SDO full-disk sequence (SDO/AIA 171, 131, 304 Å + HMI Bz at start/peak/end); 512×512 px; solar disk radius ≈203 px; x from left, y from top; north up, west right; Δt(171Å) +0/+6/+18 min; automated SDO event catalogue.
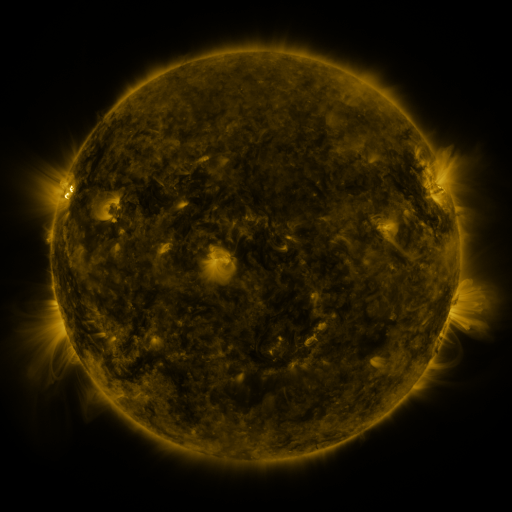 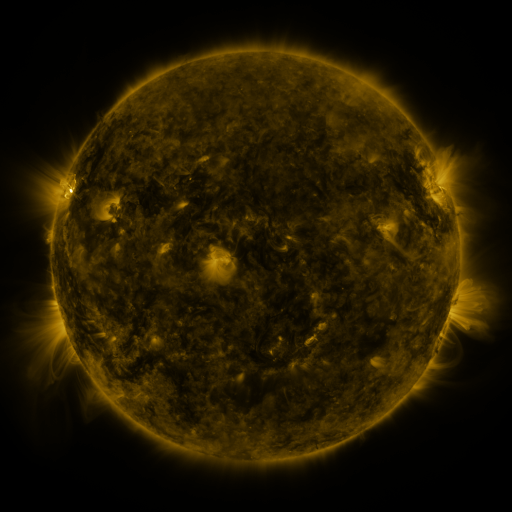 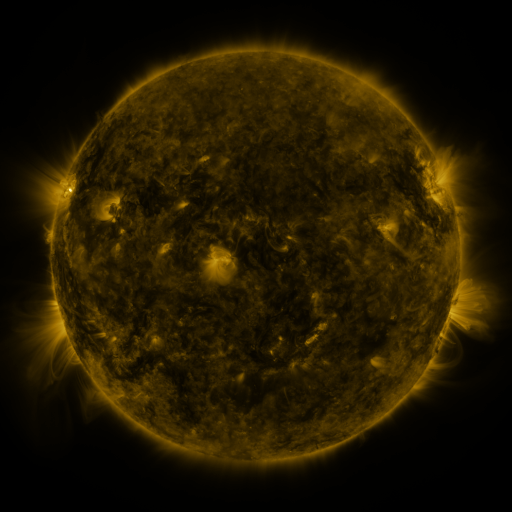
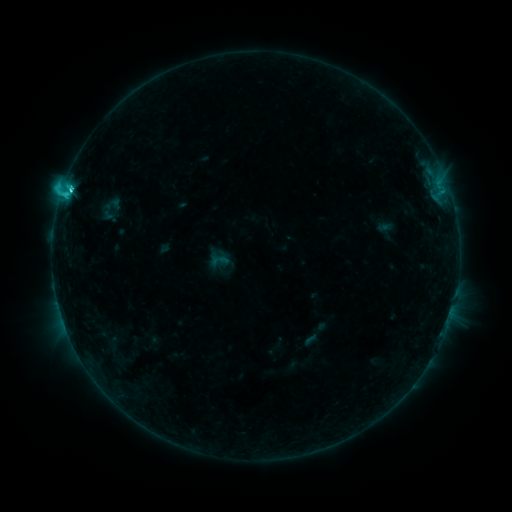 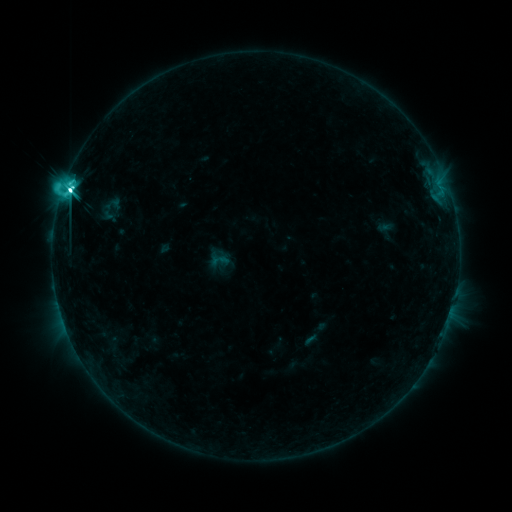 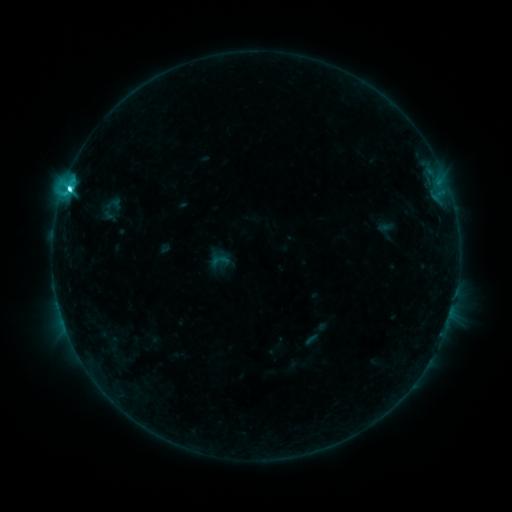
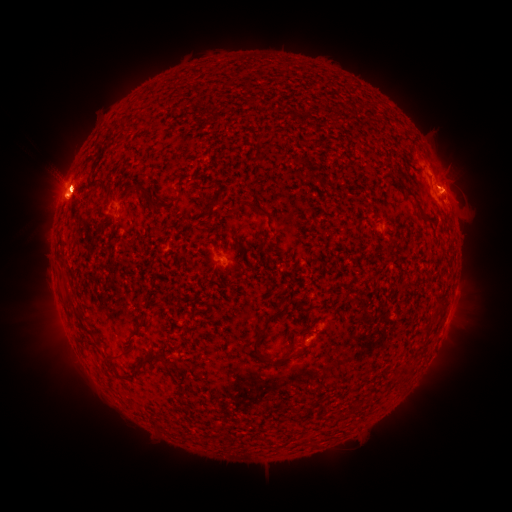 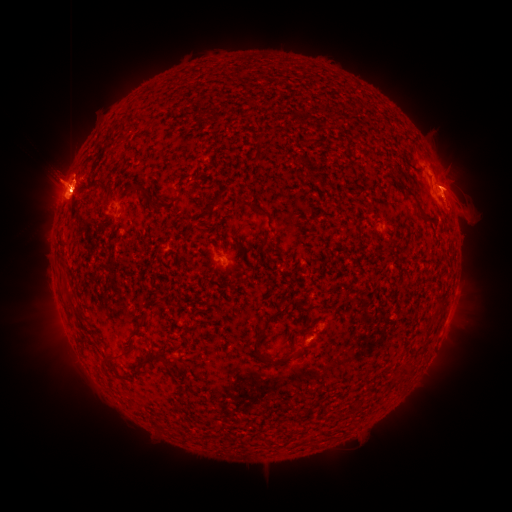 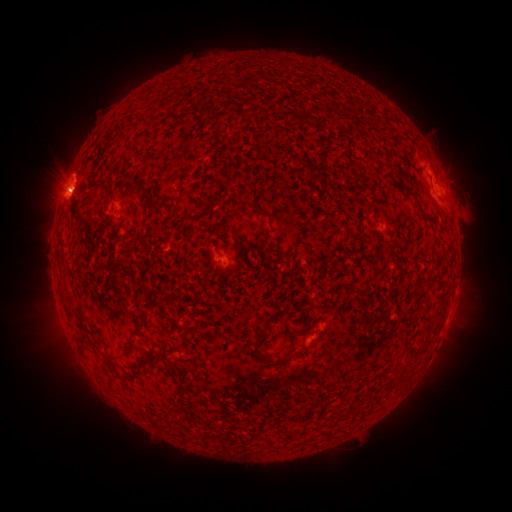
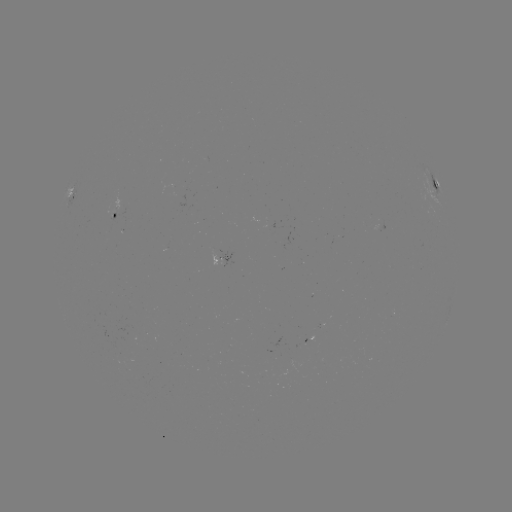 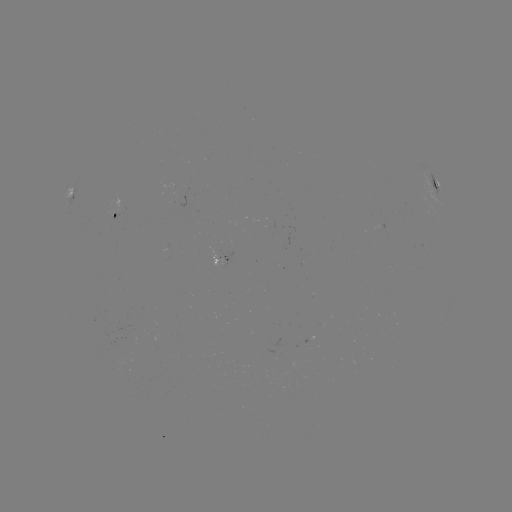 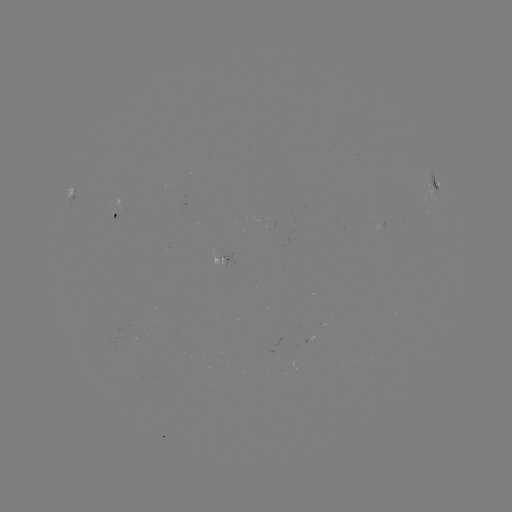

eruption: [22, 117, 111, 234]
